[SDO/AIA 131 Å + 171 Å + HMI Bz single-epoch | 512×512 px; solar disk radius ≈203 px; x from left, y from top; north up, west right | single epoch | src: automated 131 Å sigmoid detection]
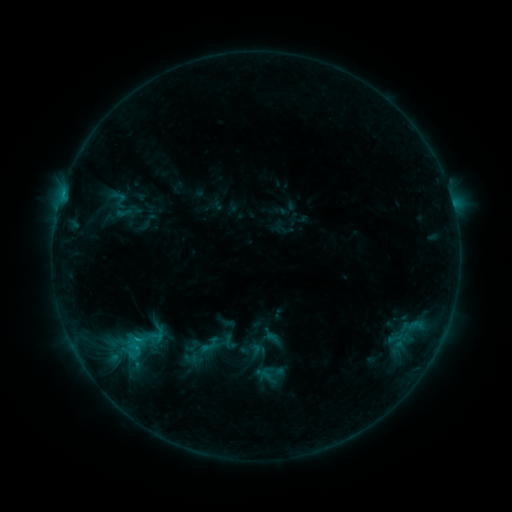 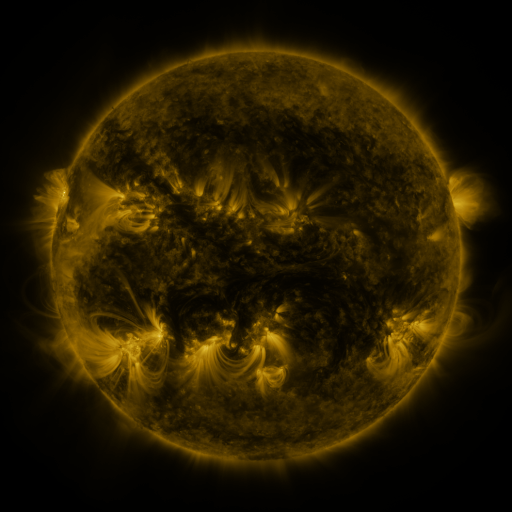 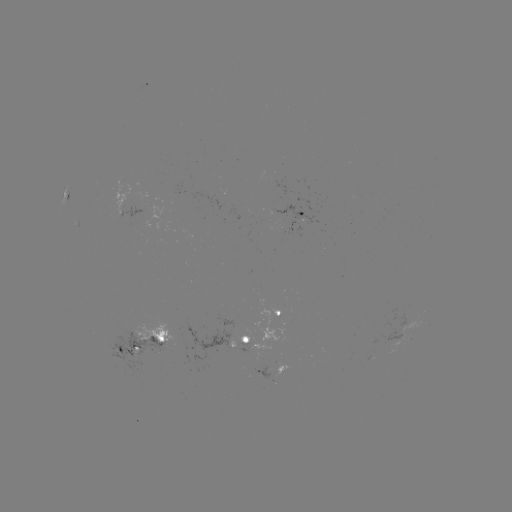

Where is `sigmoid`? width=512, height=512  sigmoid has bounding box [181, 350, 200, 366].